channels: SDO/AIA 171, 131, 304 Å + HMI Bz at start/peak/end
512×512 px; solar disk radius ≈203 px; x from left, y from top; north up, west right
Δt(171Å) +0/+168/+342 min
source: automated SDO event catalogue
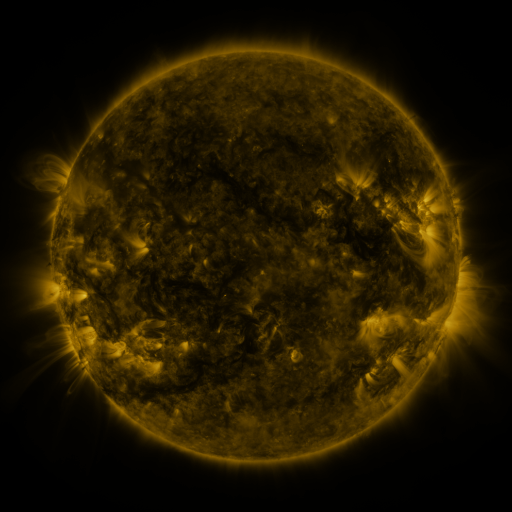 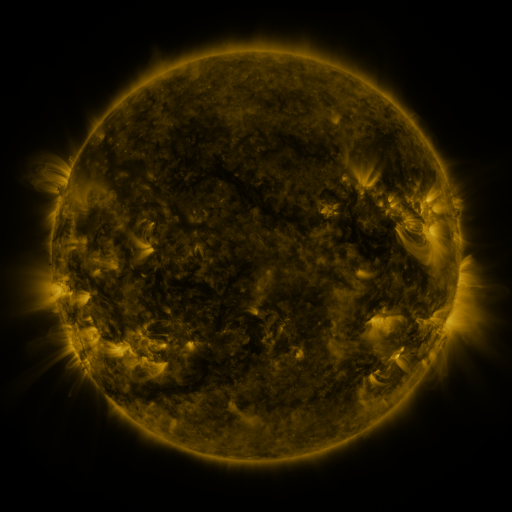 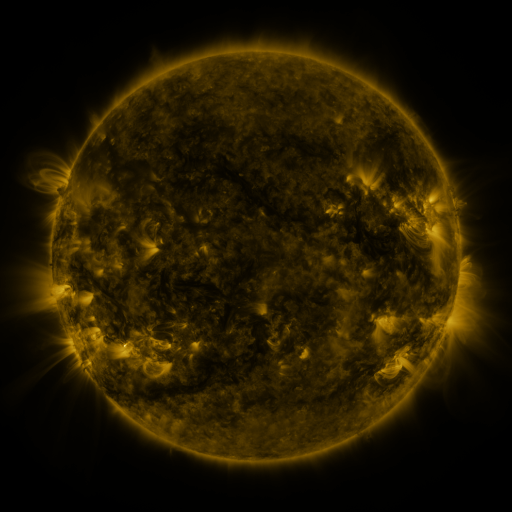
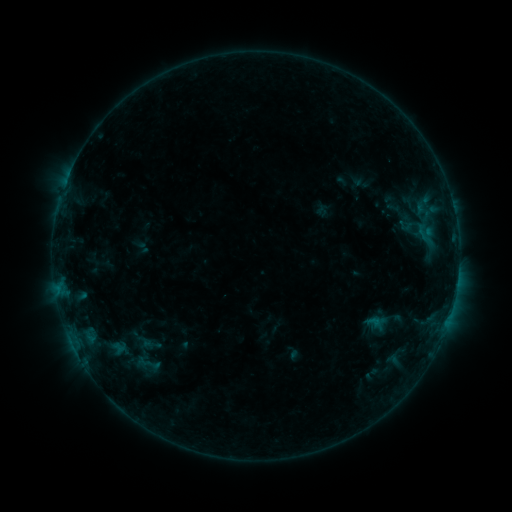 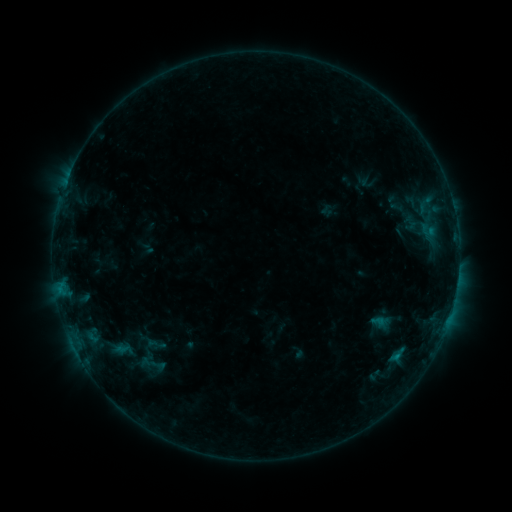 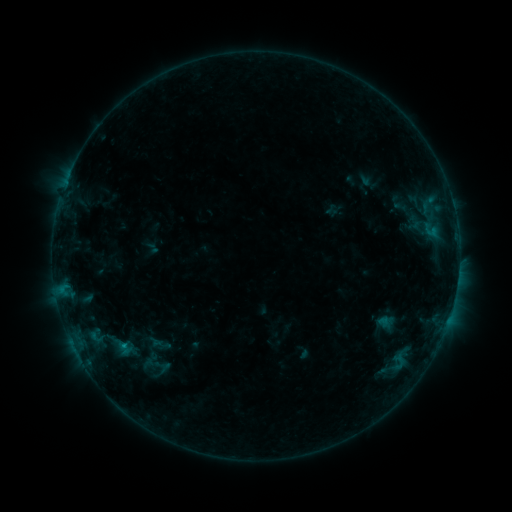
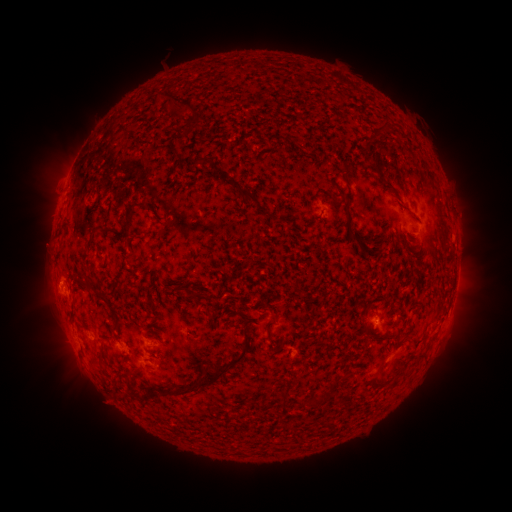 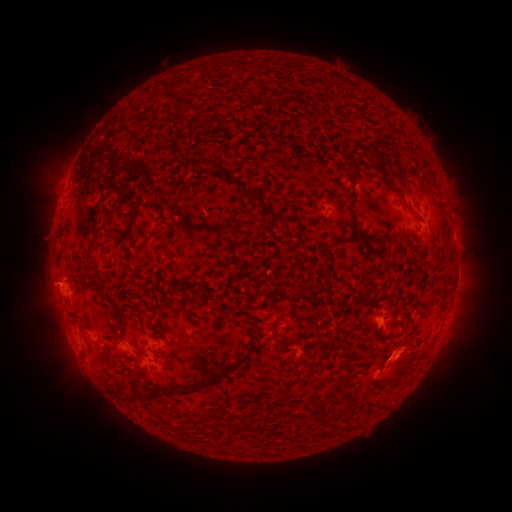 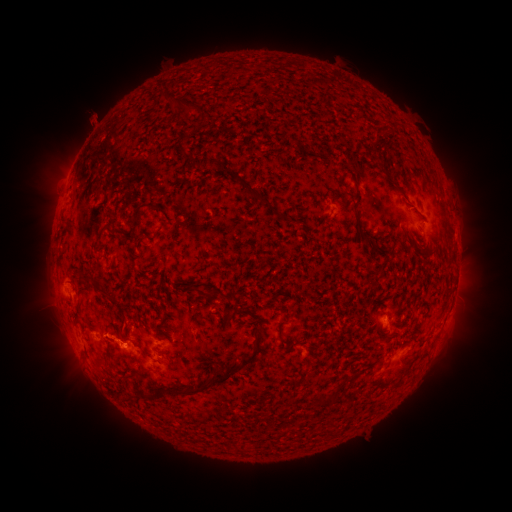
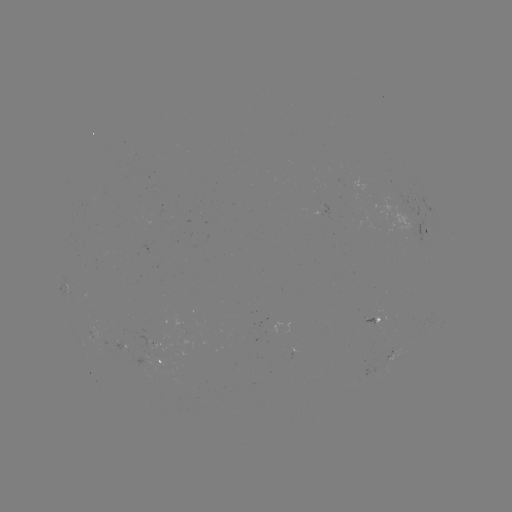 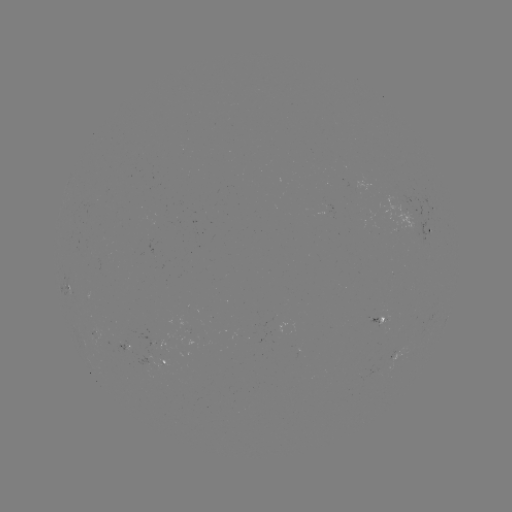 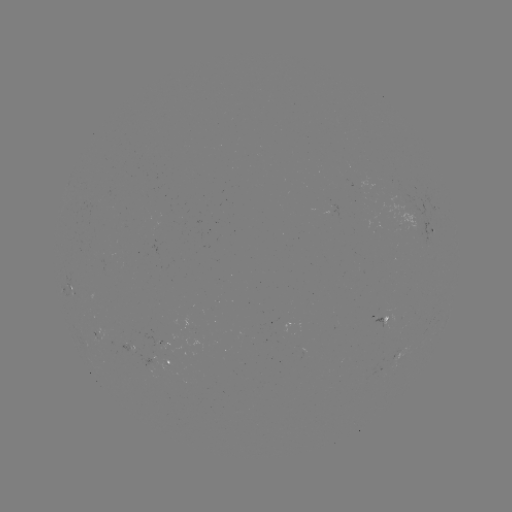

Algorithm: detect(filament eruption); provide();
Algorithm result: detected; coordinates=402,353